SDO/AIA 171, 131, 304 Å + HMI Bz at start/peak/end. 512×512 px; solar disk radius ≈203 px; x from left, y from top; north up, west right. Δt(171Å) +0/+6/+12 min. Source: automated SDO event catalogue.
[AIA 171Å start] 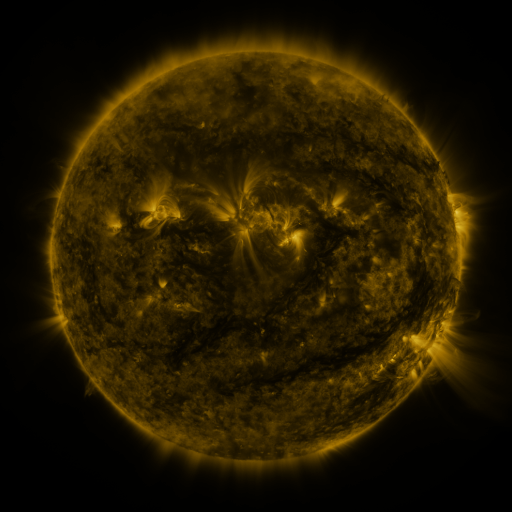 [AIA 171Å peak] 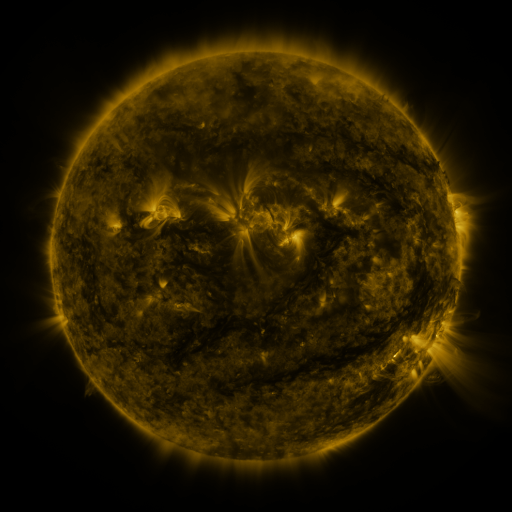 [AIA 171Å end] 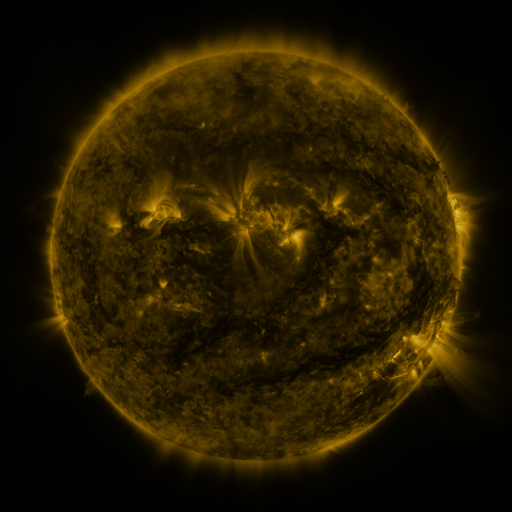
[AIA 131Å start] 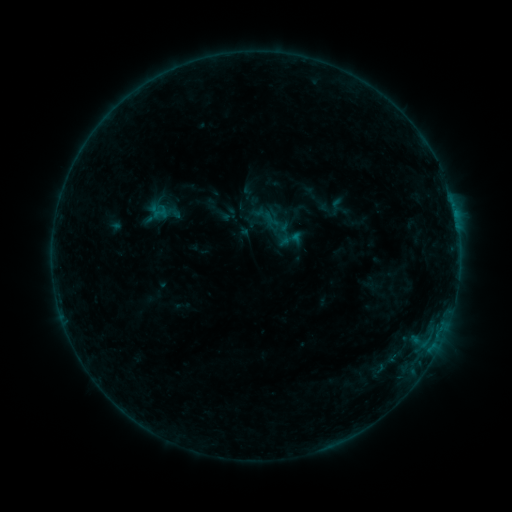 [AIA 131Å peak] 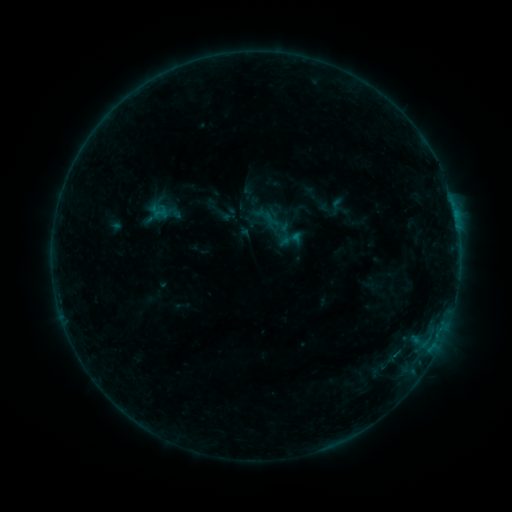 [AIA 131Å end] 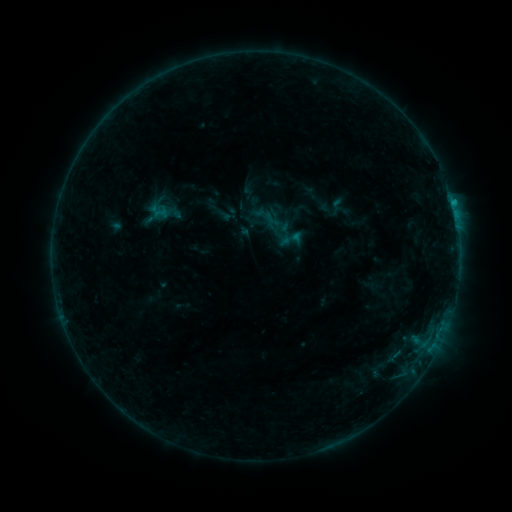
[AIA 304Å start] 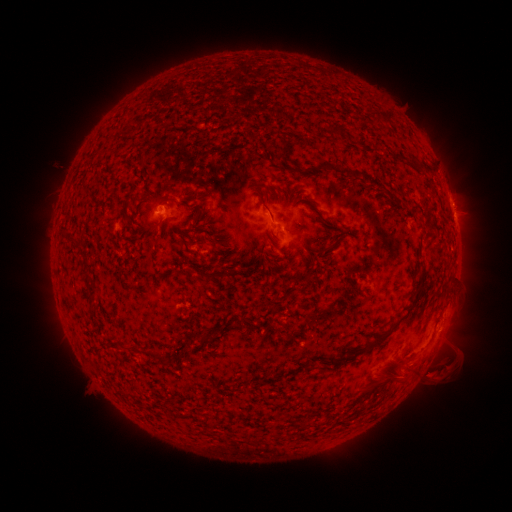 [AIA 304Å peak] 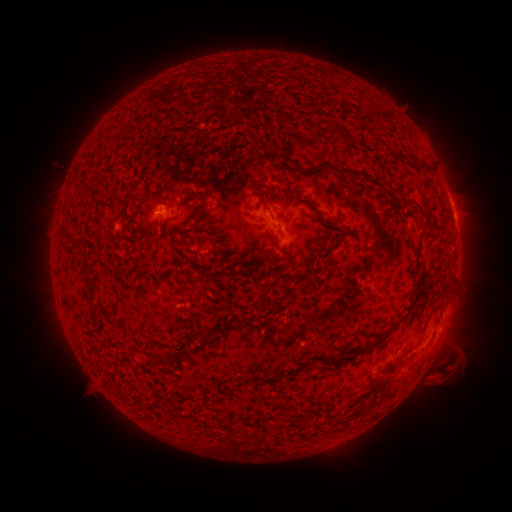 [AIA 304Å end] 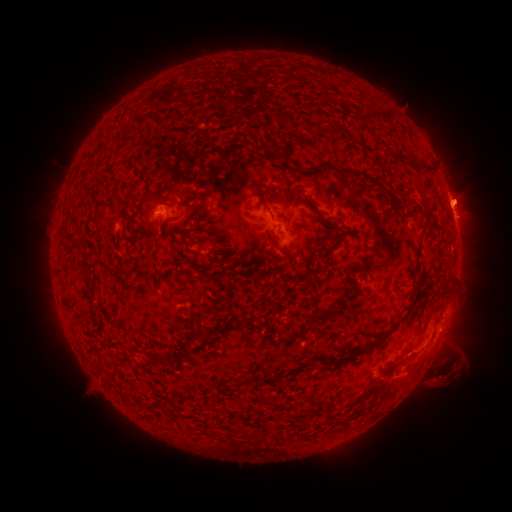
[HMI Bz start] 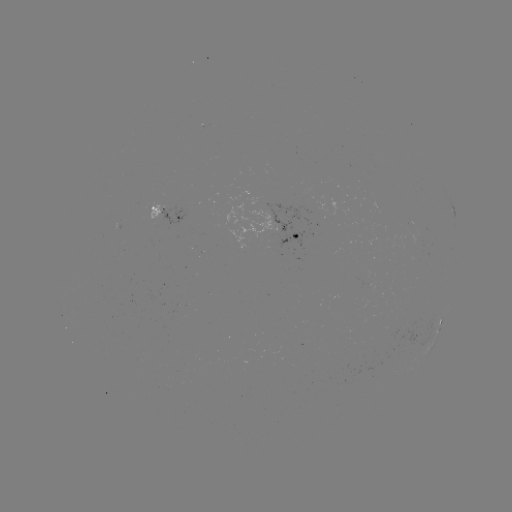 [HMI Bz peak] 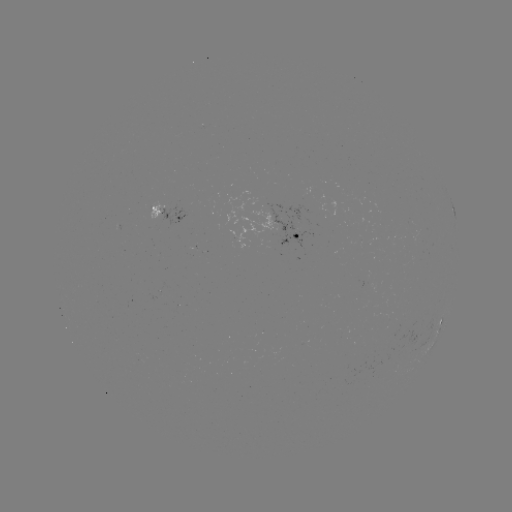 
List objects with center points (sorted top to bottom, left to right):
eruption: (460, 198)
